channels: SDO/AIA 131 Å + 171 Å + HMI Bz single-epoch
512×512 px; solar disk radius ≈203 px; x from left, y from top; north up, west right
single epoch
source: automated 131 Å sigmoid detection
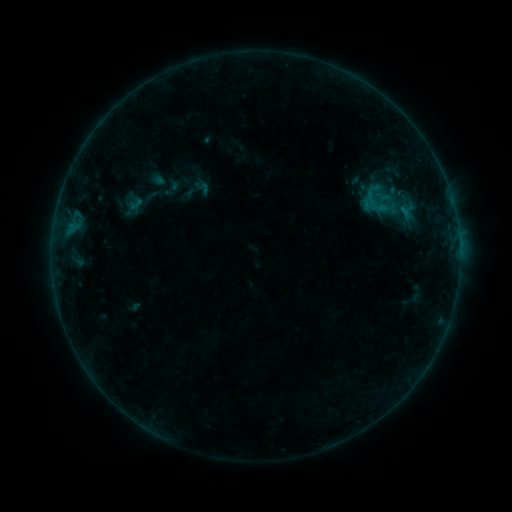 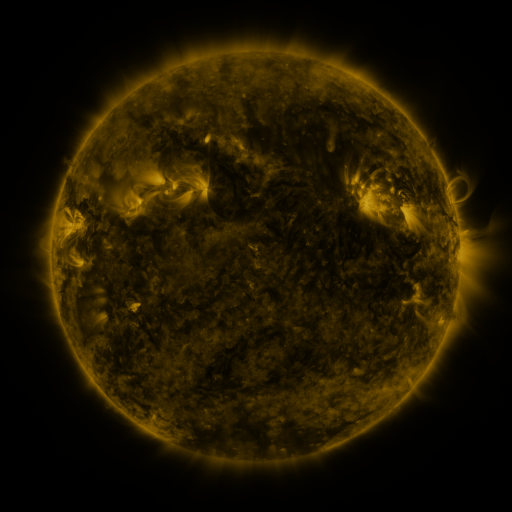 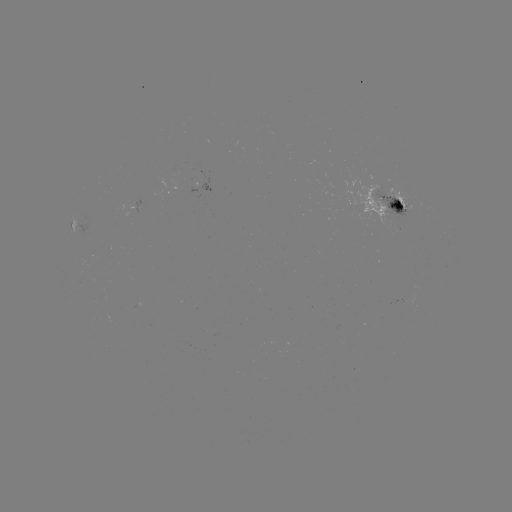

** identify sigmoid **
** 410,207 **